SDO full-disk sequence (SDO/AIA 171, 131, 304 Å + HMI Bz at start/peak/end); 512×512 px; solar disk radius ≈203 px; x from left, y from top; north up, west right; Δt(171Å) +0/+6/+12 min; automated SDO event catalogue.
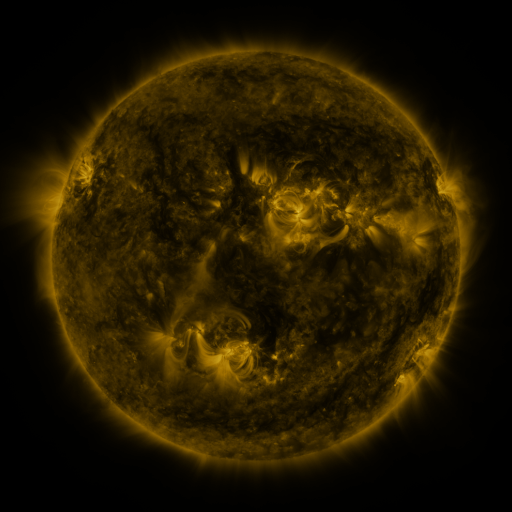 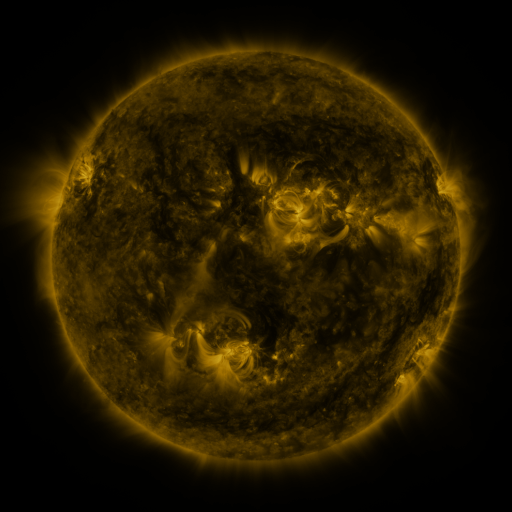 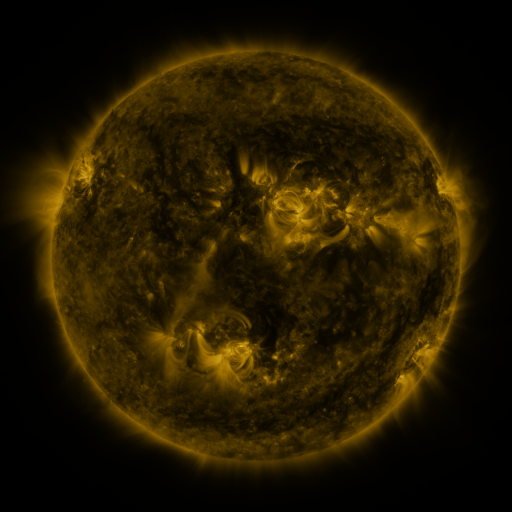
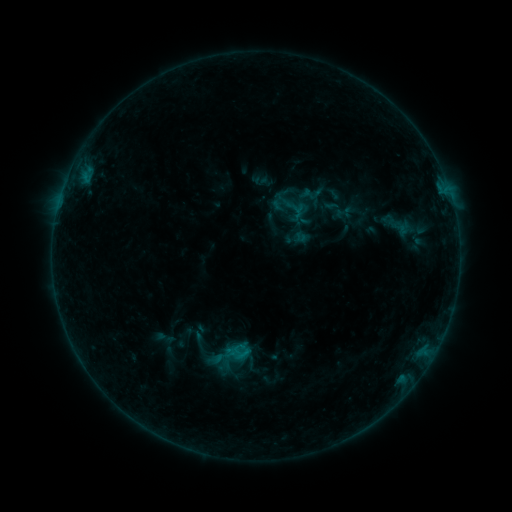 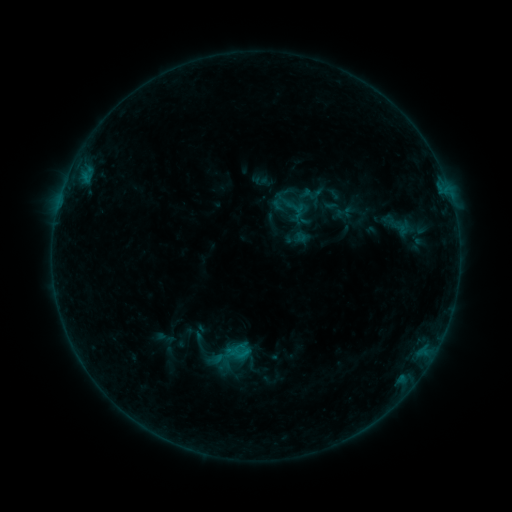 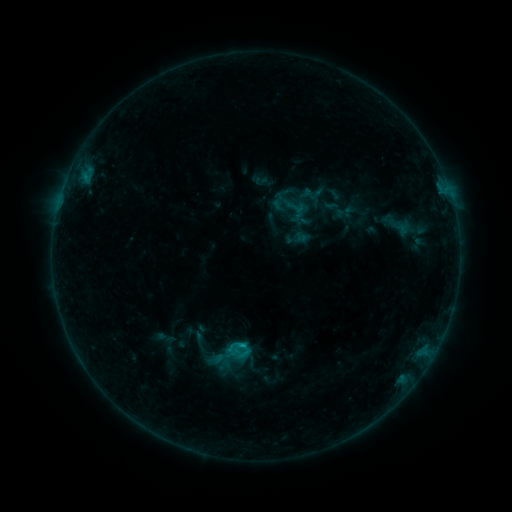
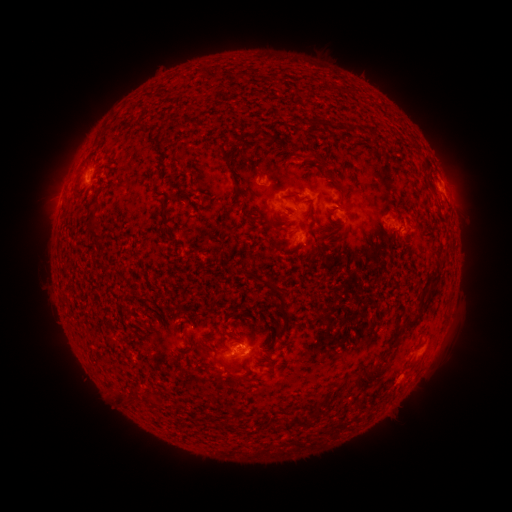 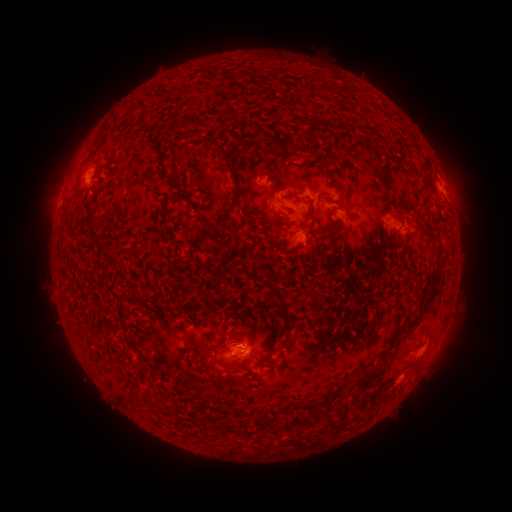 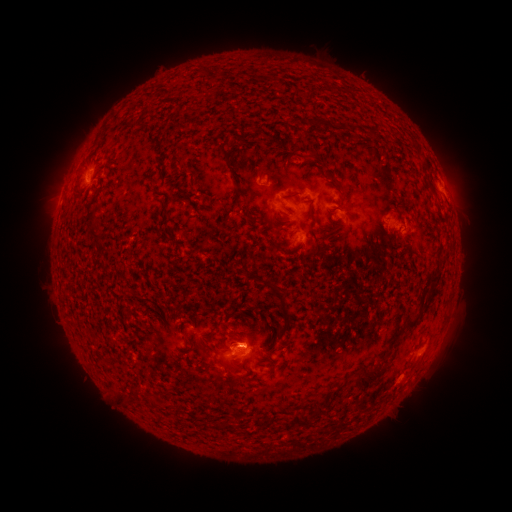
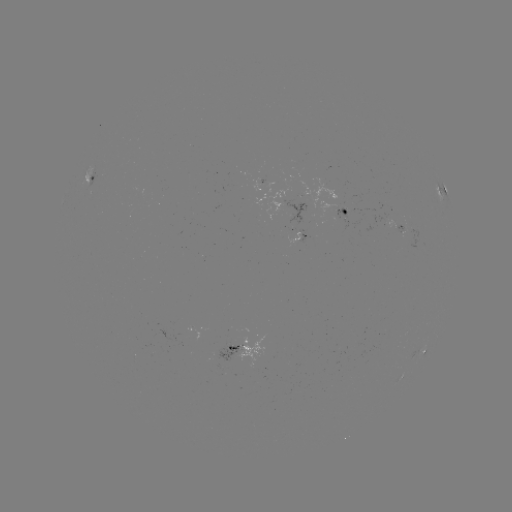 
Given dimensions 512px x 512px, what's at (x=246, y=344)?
B7.1 flare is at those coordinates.